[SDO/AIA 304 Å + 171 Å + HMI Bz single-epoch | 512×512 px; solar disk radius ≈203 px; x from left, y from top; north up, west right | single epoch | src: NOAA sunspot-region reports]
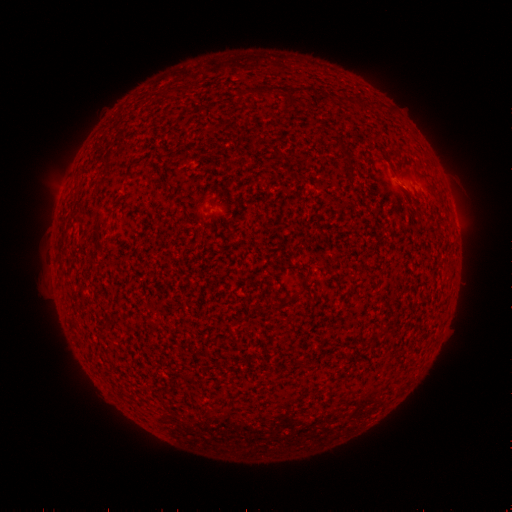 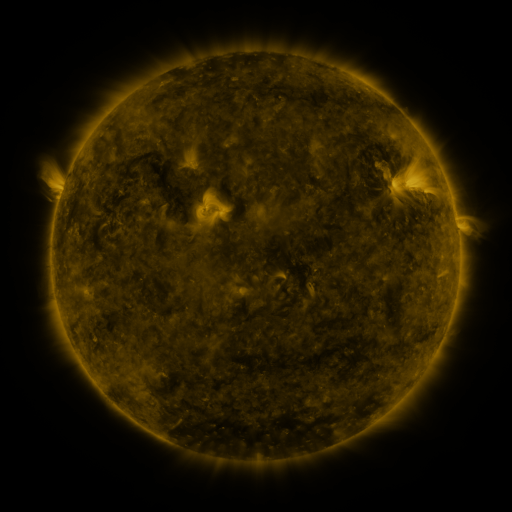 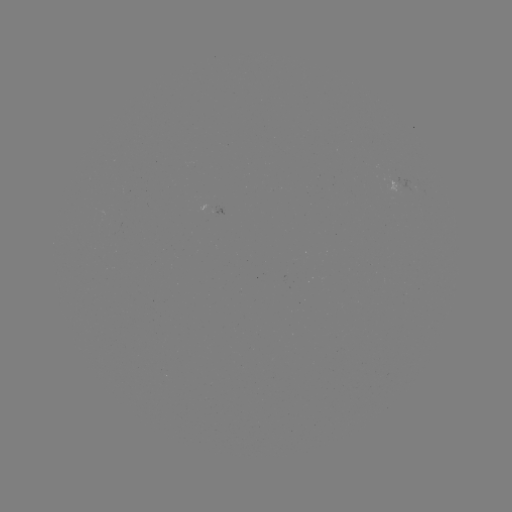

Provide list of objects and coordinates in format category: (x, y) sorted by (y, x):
(none)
